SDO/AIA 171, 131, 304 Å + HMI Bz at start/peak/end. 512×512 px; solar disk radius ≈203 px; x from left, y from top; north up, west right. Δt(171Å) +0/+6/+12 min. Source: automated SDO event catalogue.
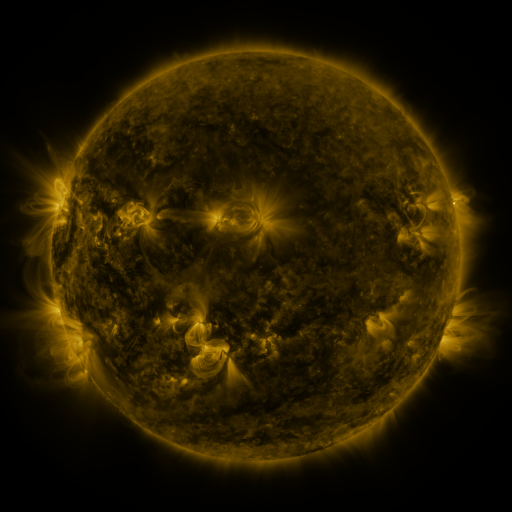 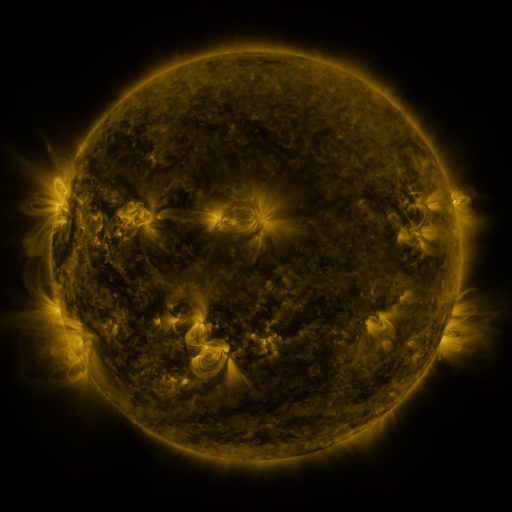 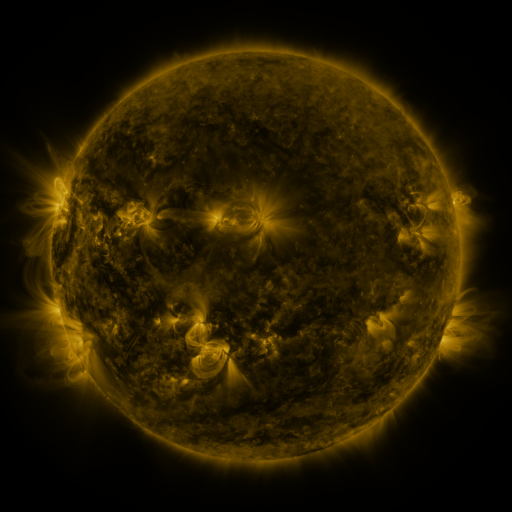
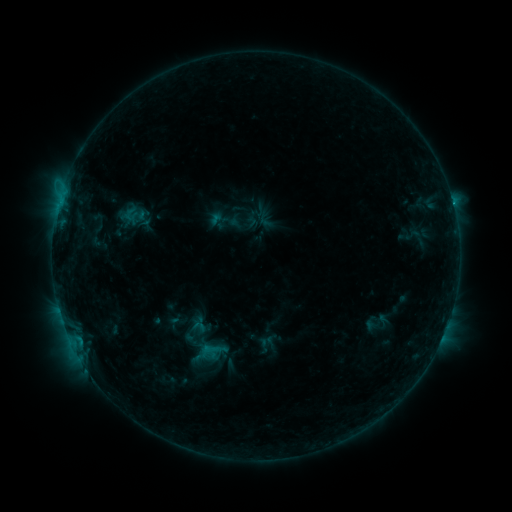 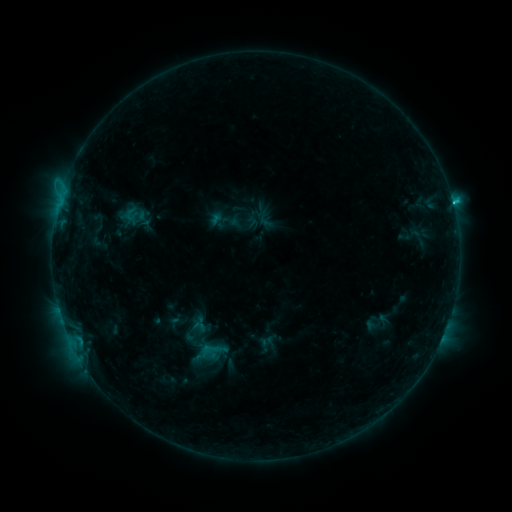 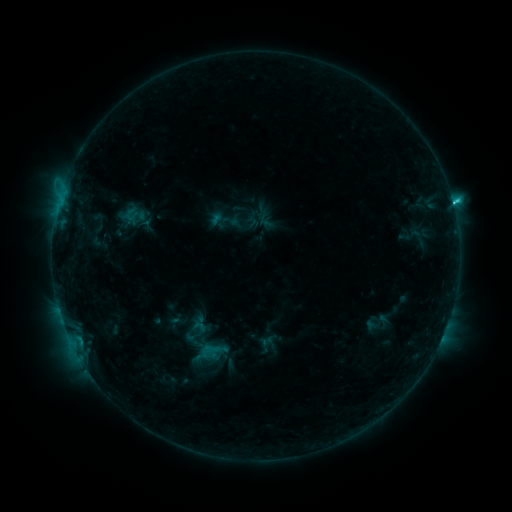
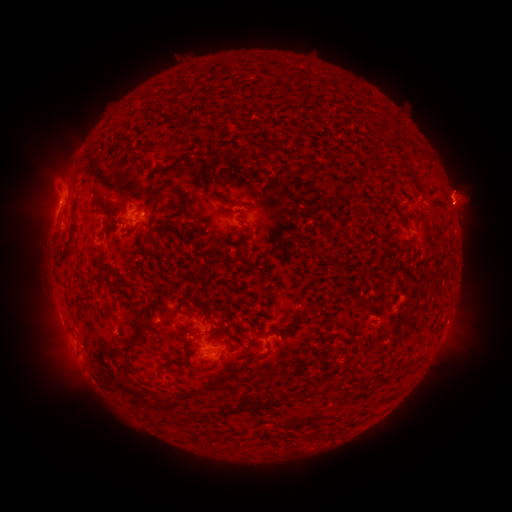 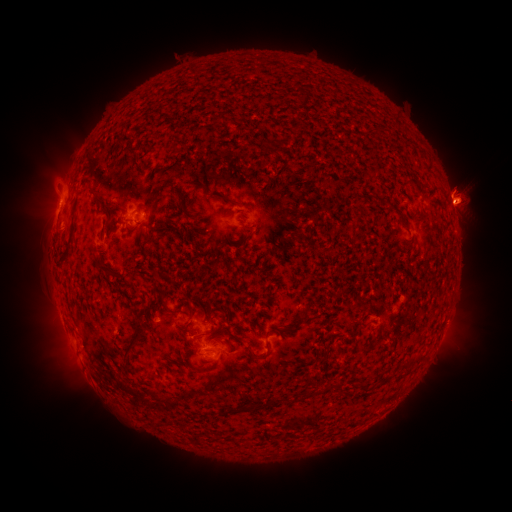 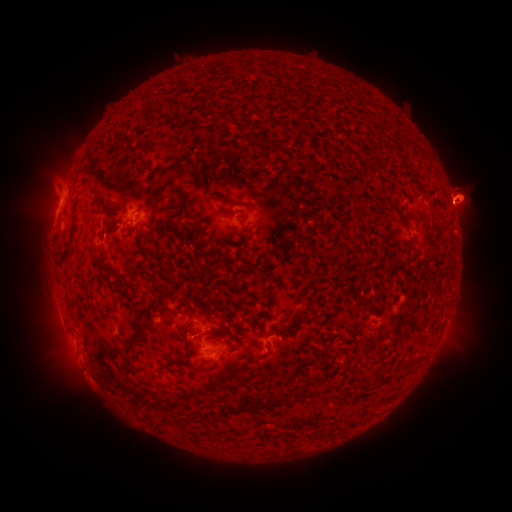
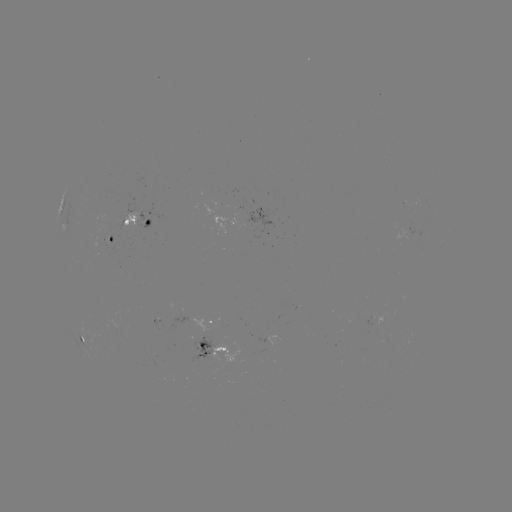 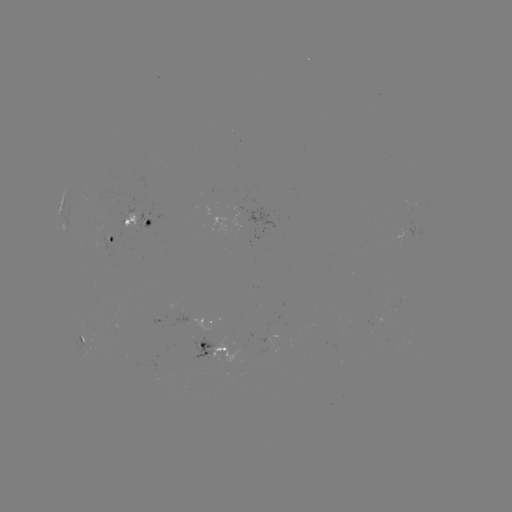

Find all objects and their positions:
eruption: (463, 195)
